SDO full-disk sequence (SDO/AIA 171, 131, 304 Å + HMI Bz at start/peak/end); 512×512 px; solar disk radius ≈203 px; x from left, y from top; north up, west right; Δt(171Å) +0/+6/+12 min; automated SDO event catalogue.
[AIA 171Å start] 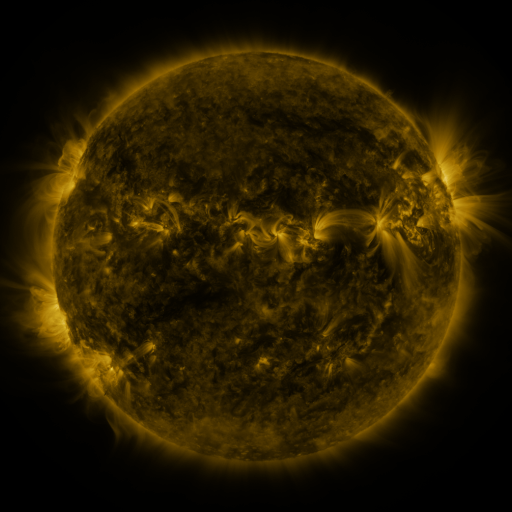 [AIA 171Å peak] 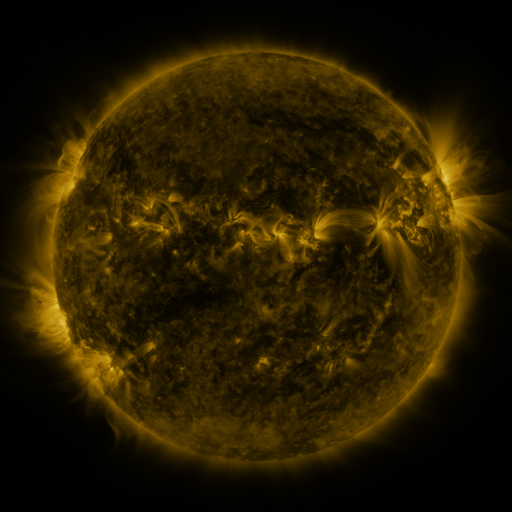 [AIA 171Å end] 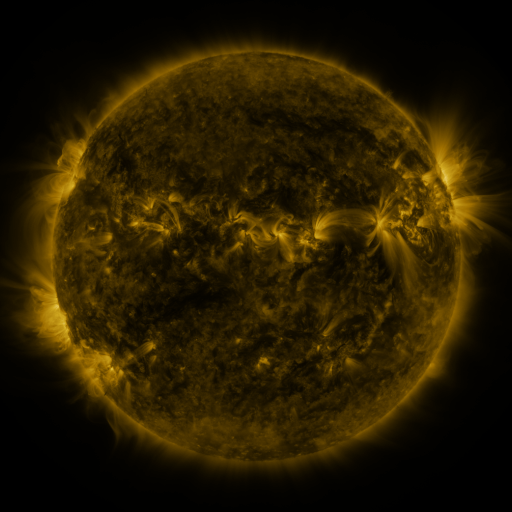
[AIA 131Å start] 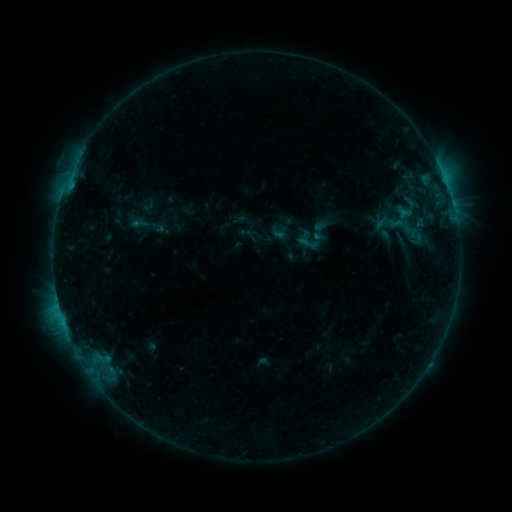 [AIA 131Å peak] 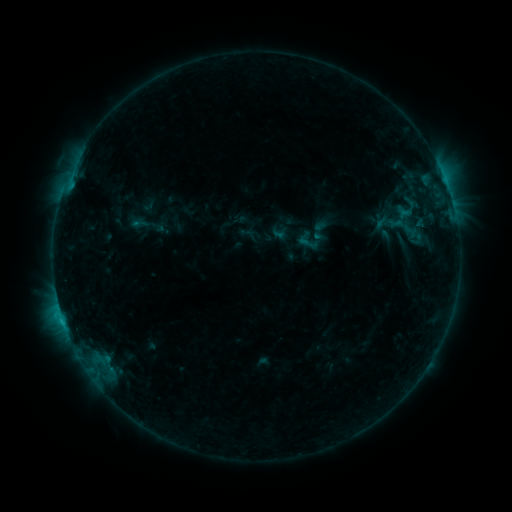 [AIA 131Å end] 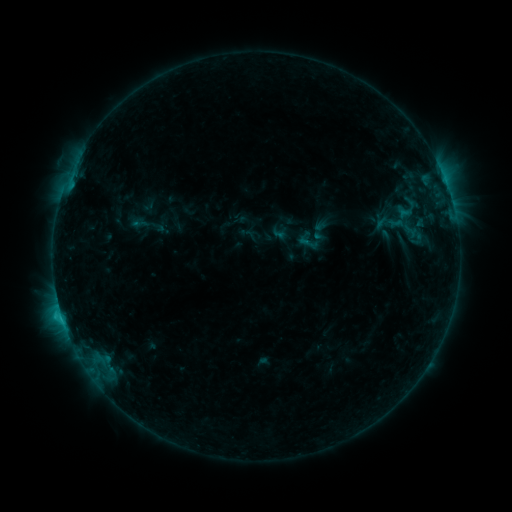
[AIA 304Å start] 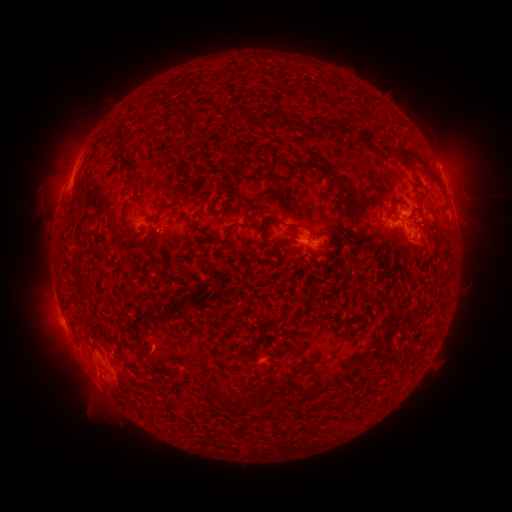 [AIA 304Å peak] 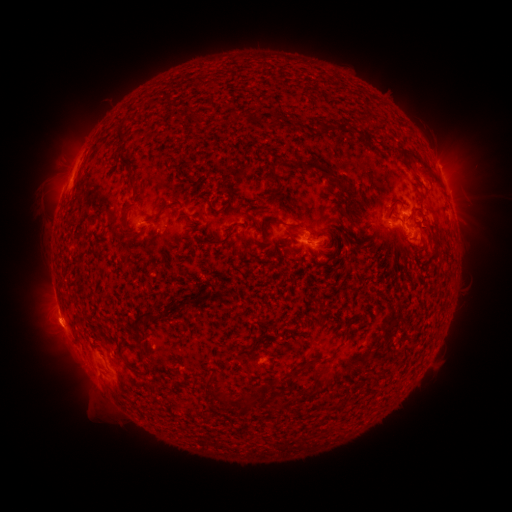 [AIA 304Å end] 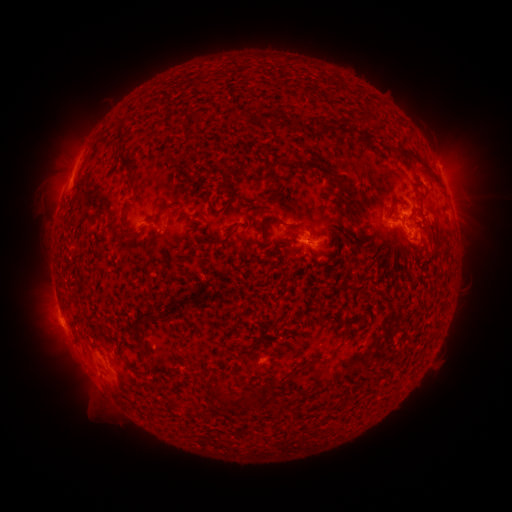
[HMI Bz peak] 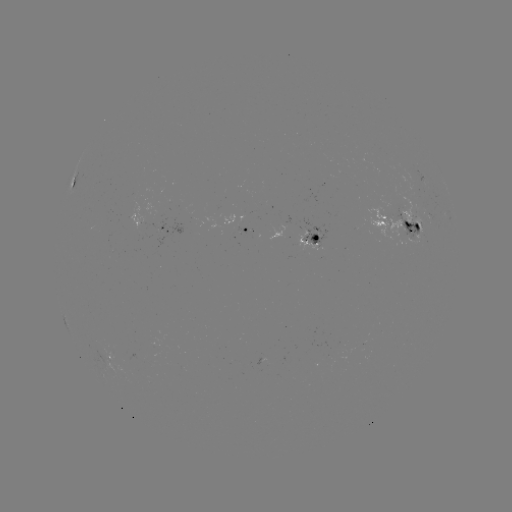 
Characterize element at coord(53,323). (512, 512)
eruption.